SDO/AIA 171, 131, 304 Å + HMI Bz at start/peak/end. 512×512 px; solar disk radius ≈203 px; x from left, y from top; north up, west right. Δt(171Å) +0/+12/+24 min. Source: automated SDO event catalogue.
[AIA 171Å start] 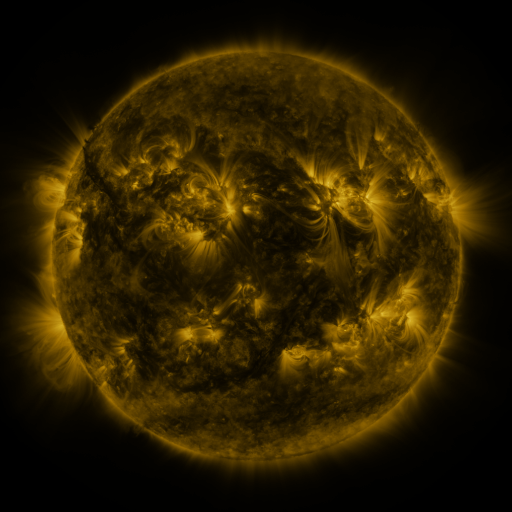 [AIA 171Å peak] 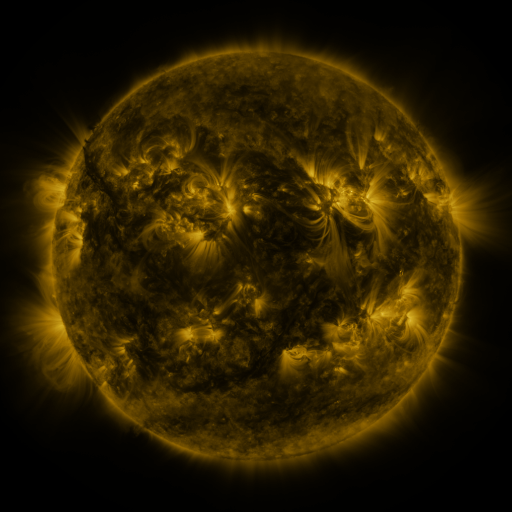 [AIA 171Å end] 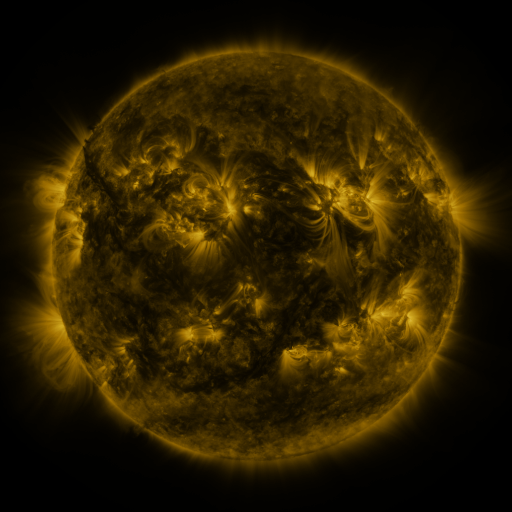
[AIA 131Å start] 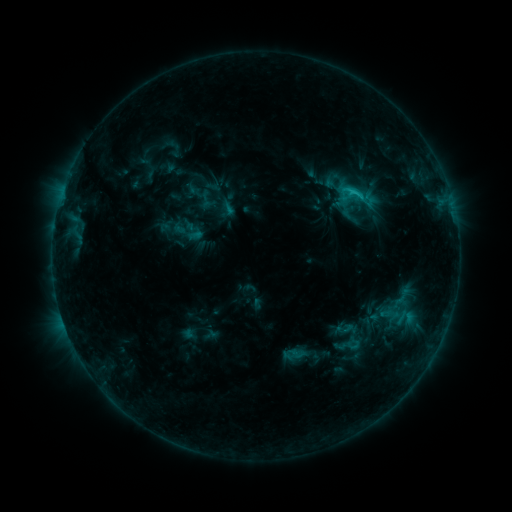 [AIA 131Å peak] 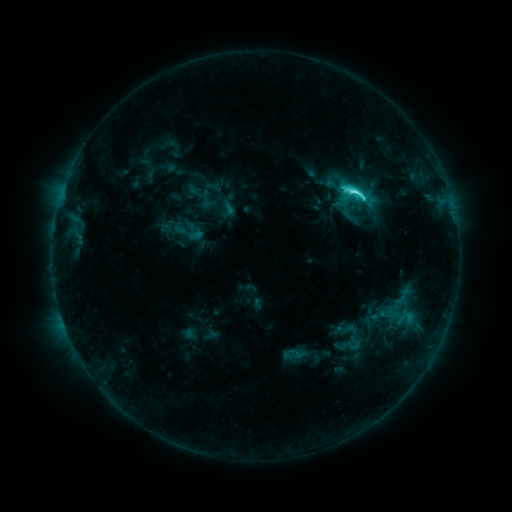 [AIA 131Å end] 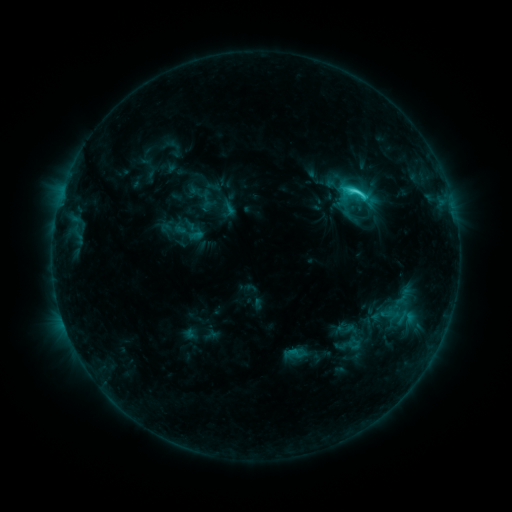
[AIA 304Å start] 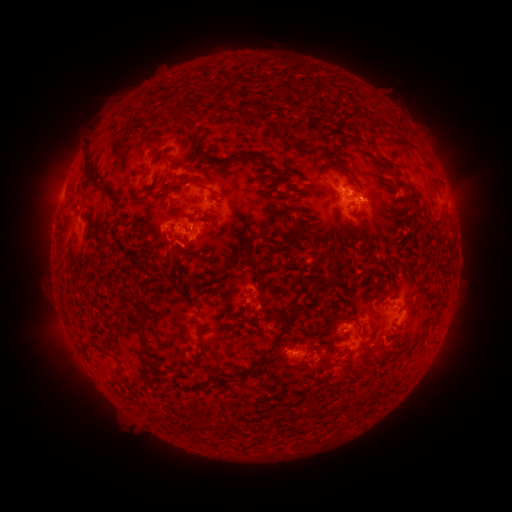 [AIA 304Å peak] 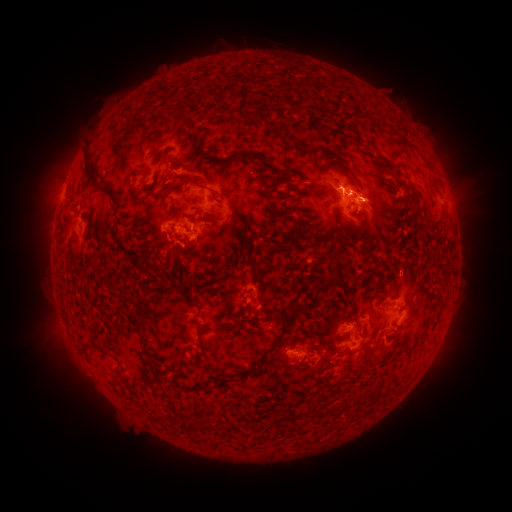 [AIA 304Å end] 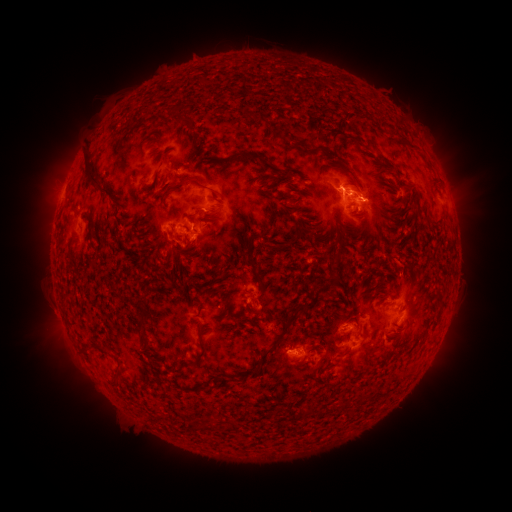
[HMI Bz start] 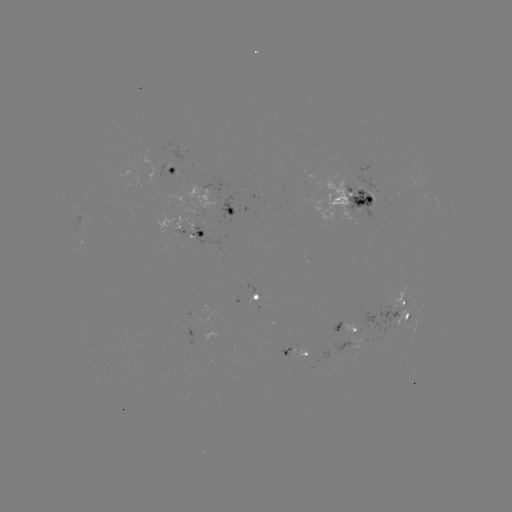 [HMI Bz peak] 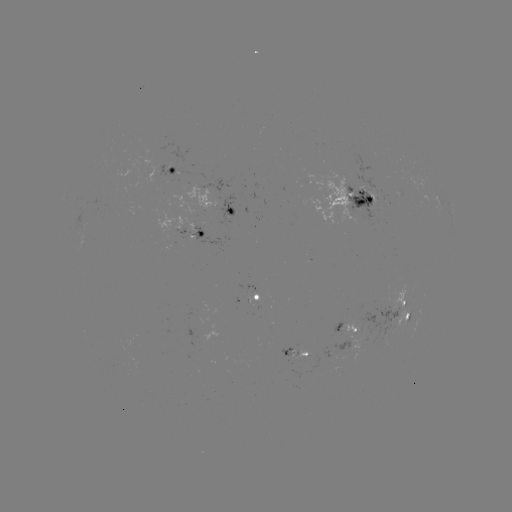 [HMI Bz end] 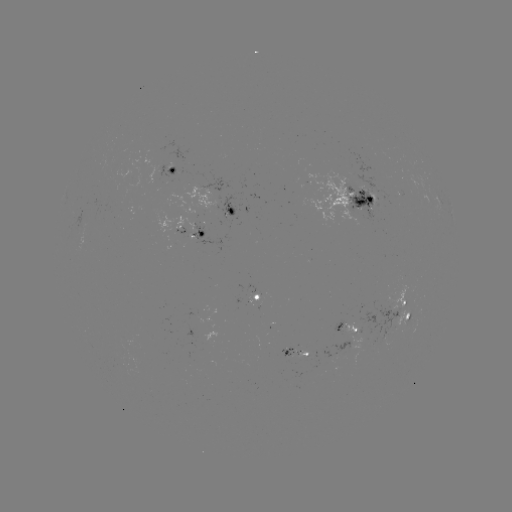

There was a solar flare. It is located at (351, 192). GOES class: C6.0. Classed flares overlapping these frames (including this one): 1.